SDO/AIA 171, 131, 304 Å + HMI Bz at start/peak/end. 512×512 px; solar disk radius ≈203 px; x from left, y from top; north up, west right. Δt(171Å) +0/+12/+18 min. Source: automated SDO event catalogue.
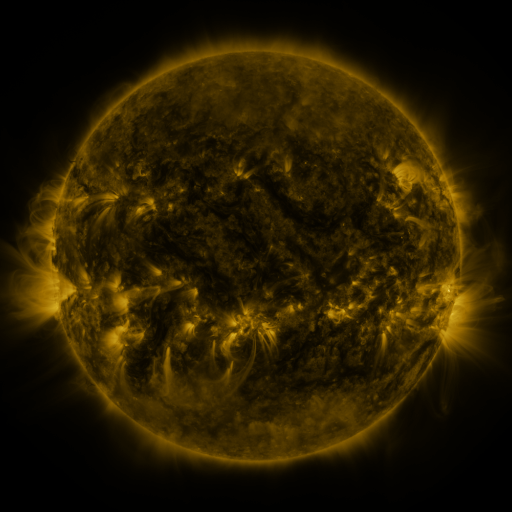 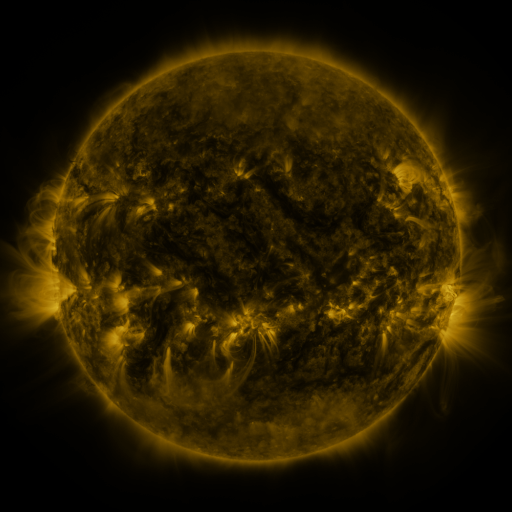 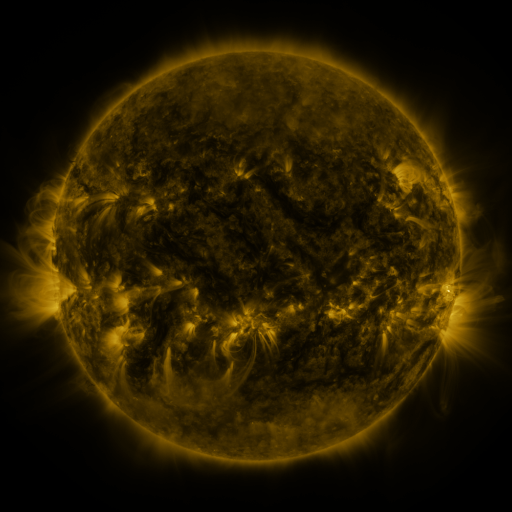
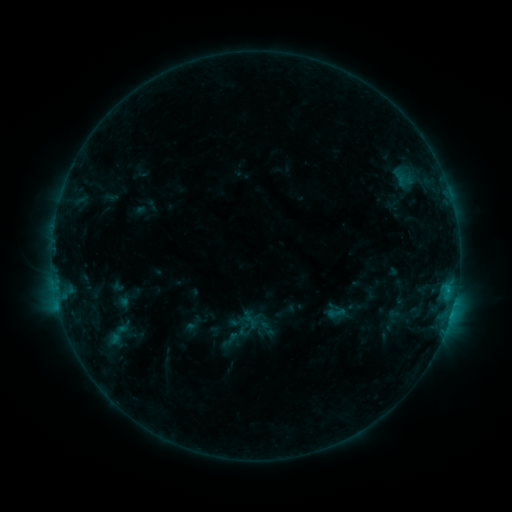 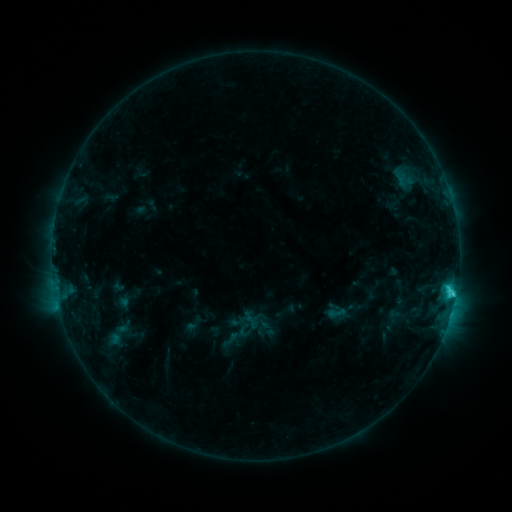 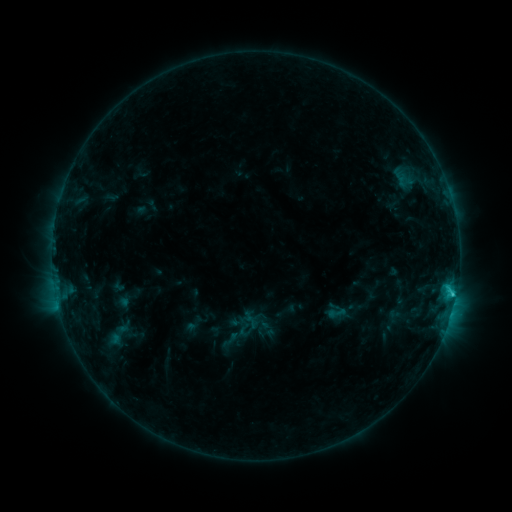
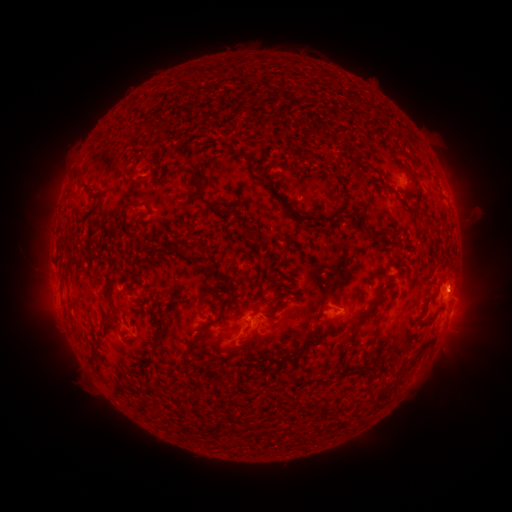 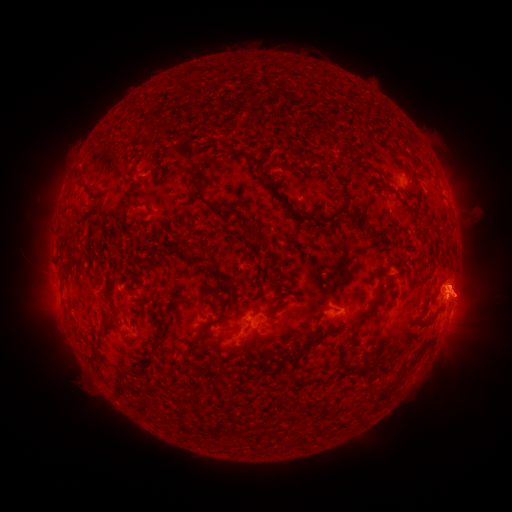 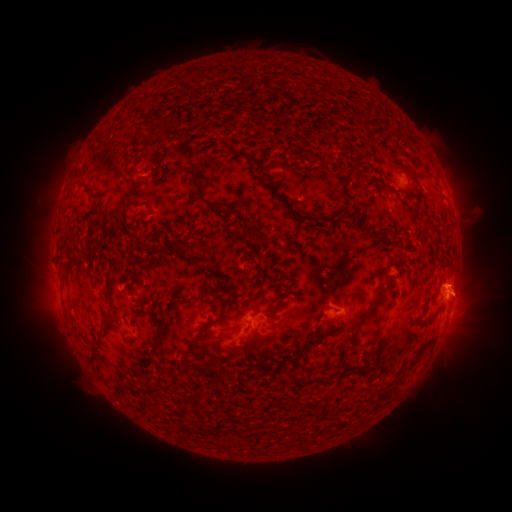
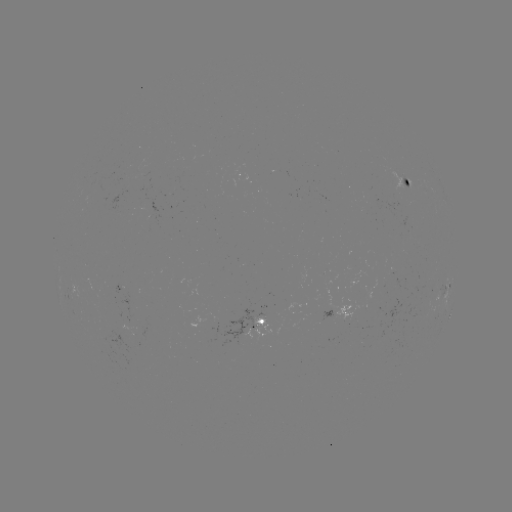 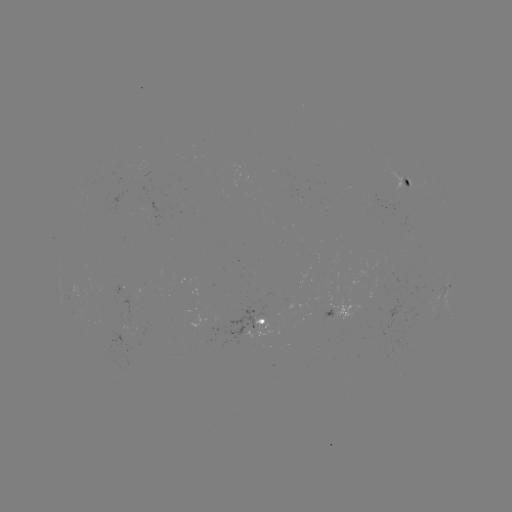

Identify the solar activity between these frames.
C1.9 flare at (450, 291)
